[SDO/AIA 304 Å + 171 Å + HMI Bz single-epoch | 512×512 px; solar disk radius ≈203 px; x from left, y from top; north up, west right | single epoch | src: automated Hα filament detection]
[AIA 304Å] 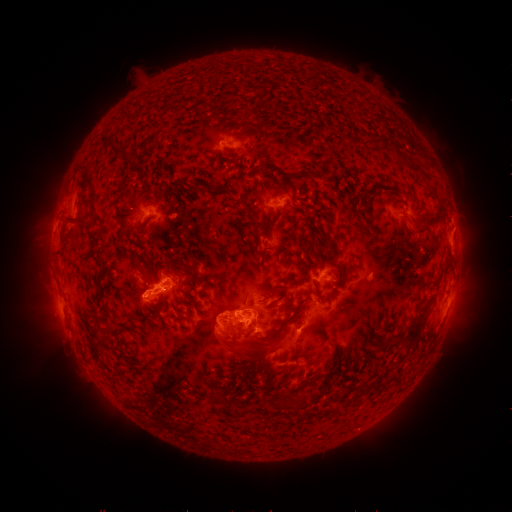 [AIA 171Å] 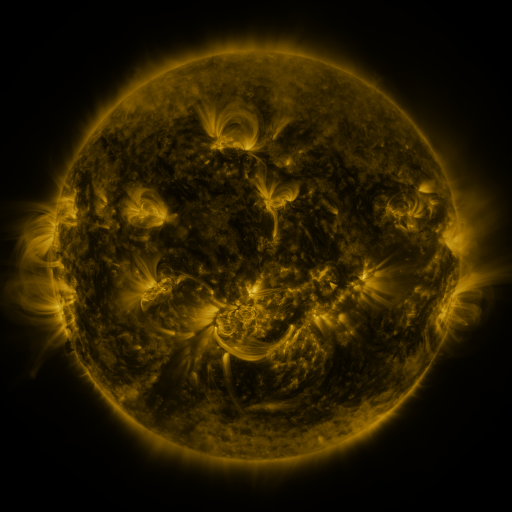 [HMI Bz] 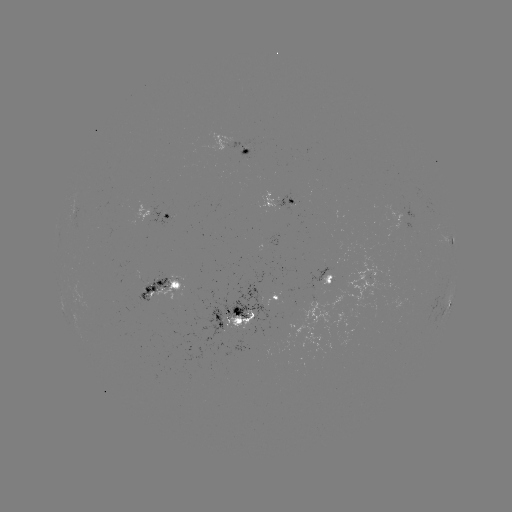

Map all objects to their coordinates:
filament: <bbox>105, 136, 131, 160</bbox>
filament: <bbox>403, 156, 417, 169</bbox>
filament: <bbox>80, 163, 92, 173</bbox>
filament: <bbox>278, 168, 311, 181</bbox>
filament: <bbox>191, 182, 200, 191</bbox>
filament: <bbox>118, 184, 126, 193</bbox>
filament: <bbox>214, 184, 233, 195</bbox>
filament: <bbox>64, 214, 82, 224</bbox>
filament: <bbox>412, 222, 428, 237</bbox>
filament: <bbox>69, 227, 80, 239</bbox>
filament: <bbox>315, 229, 324, 240</bbox>
filament: <bbox>252, 232, 261, 247</bbox>
filament: <bbox>313, 245, 344, 282</bbox>
filament: <bbox>93, 255, 104, 265</bbox>
filament: <bbox>275, 287, 288, 303</bbox>
filament: <bbox>230, 304, 239, 314</bbox>
filament: <bbox>91, 312, 104, 329</bbox>
filament: <bbox>253, 312, 297, 358</bbox>
filament: <bbox>404, 316, 423, 347</bbox>
filament: <bbox>89, 334, 109, 348</bbox>
filament: <bbox>211, 387, 227, 404</bbox>
filament: <bbox>289, 396, 304, 408</bbox>
